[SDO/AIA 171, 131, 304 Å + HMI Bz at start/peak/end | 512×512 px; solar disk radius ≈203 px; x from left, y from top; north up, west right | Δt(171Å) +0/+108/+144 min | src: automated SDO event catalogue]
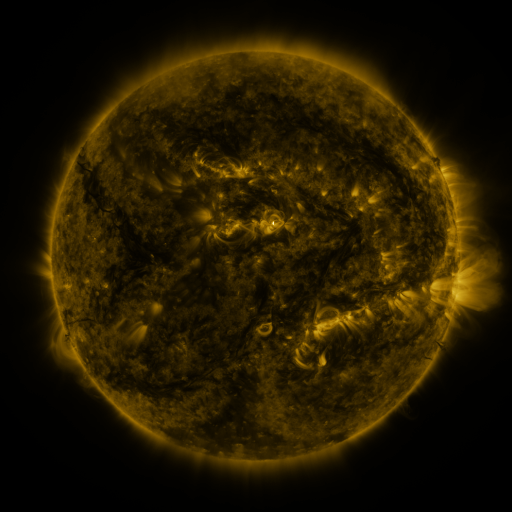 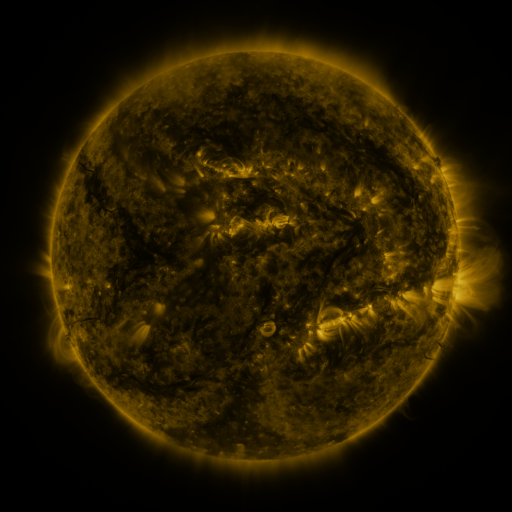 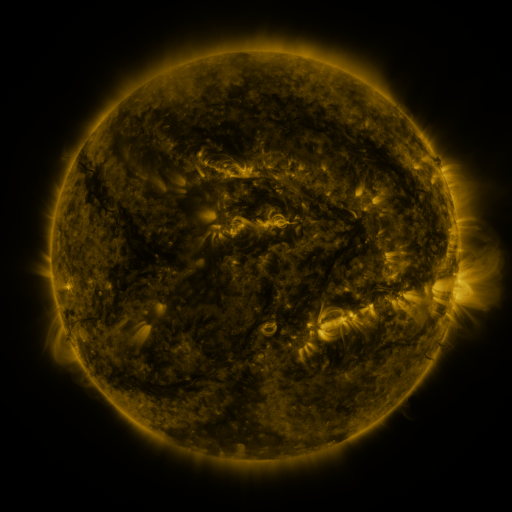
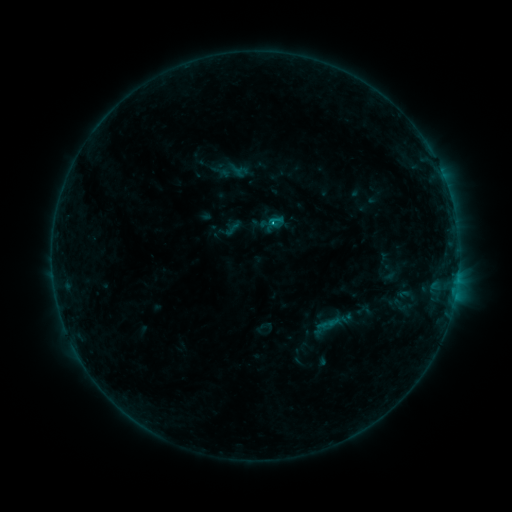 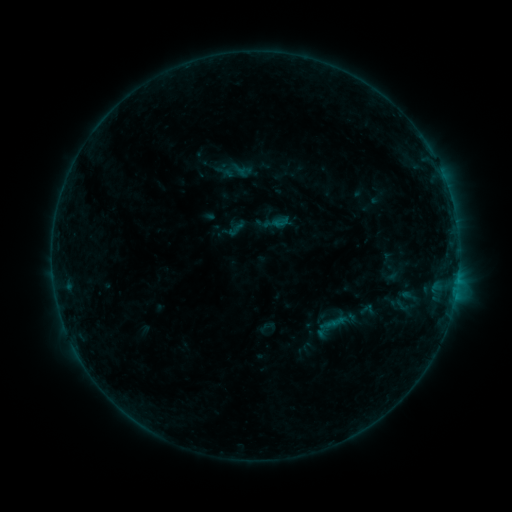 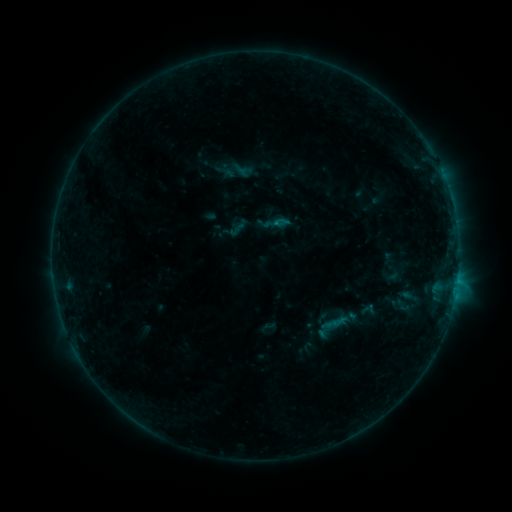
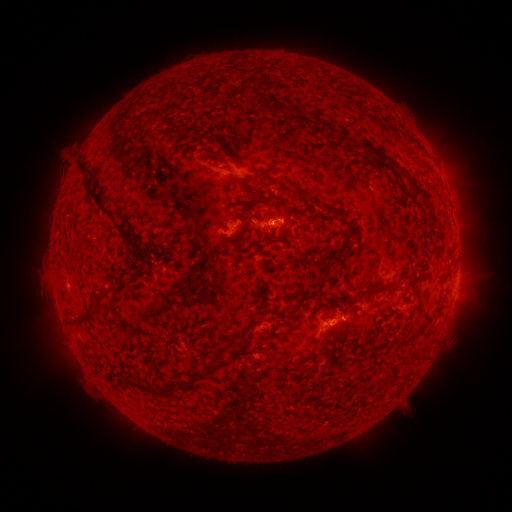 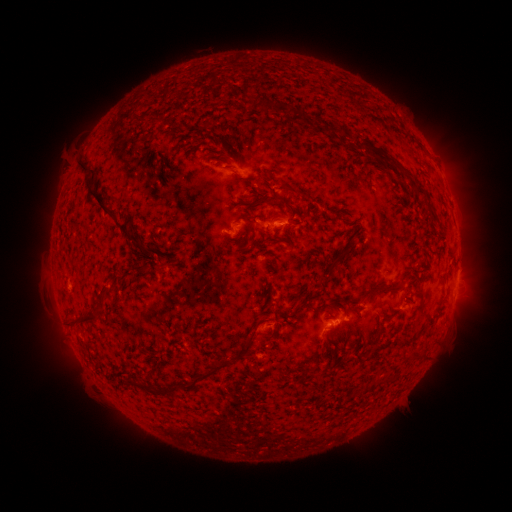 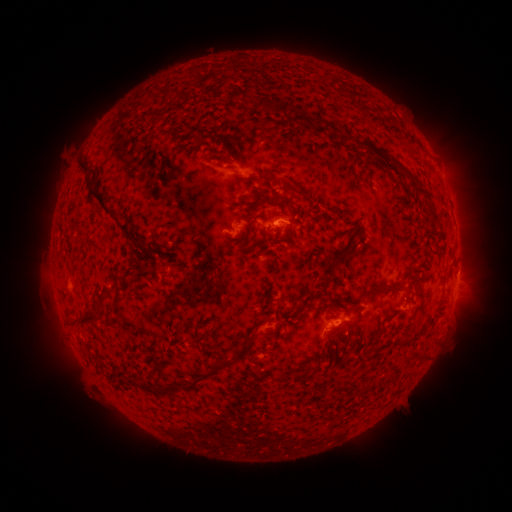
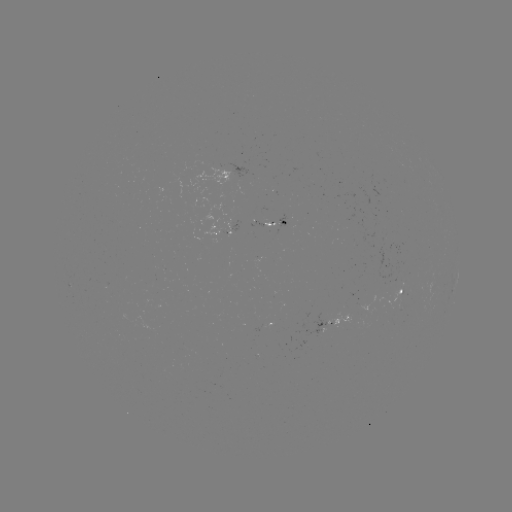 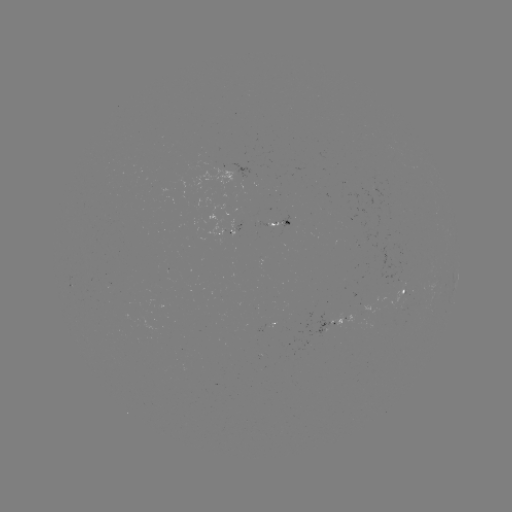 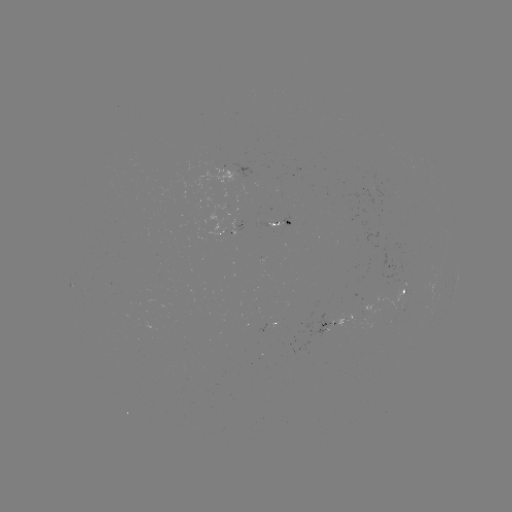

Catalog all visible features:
emerging-flux region: (290, 220)
